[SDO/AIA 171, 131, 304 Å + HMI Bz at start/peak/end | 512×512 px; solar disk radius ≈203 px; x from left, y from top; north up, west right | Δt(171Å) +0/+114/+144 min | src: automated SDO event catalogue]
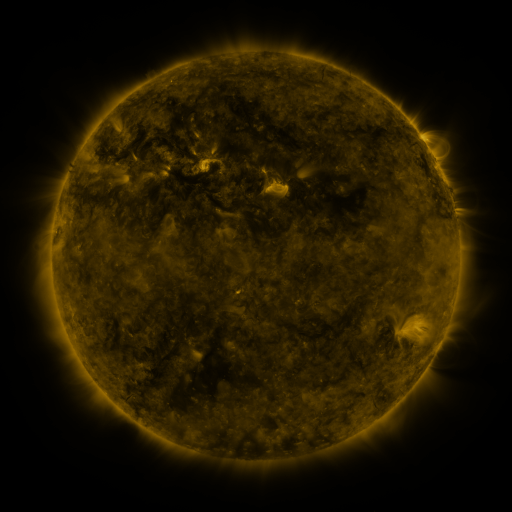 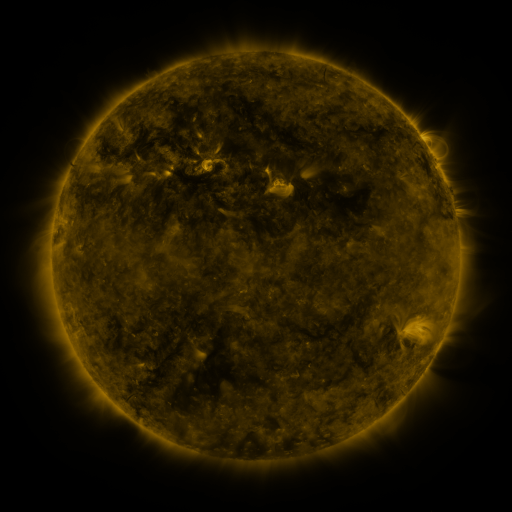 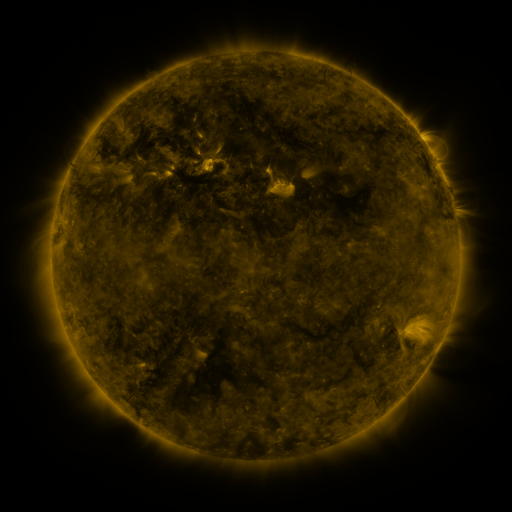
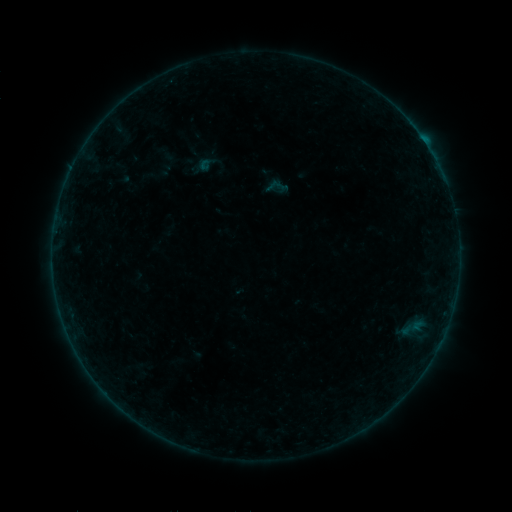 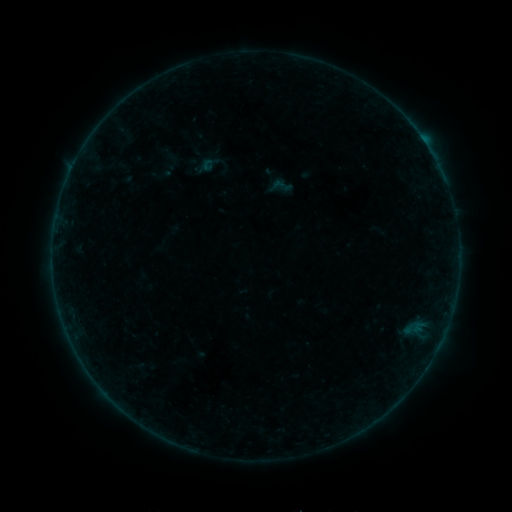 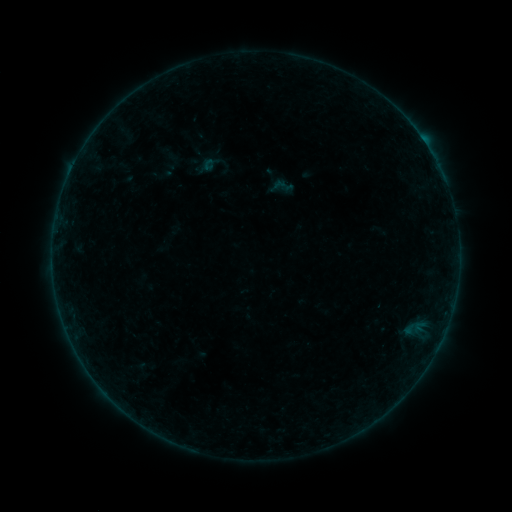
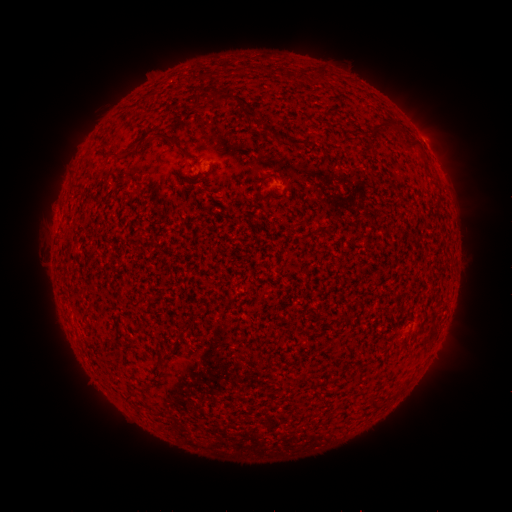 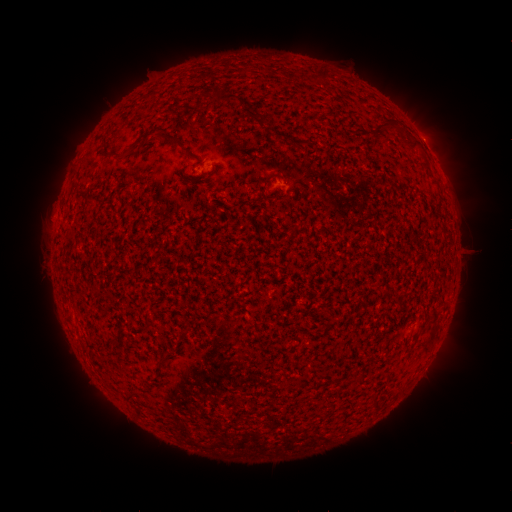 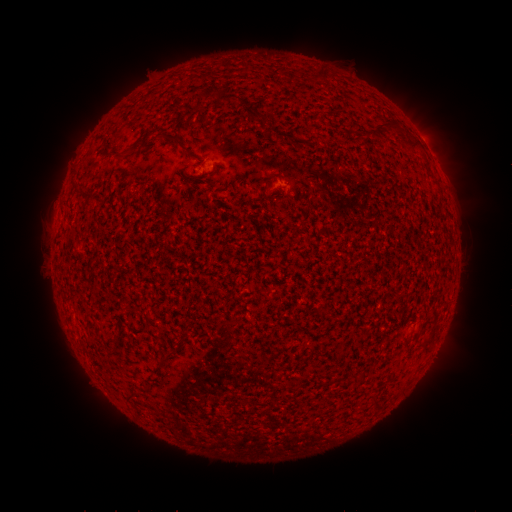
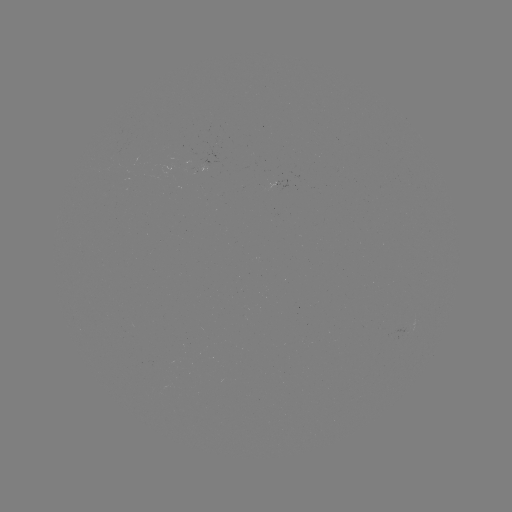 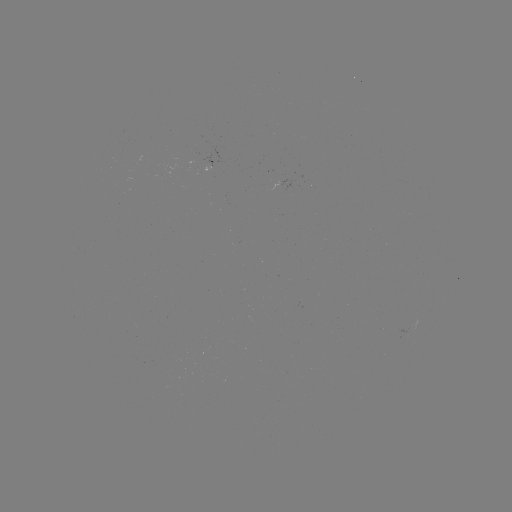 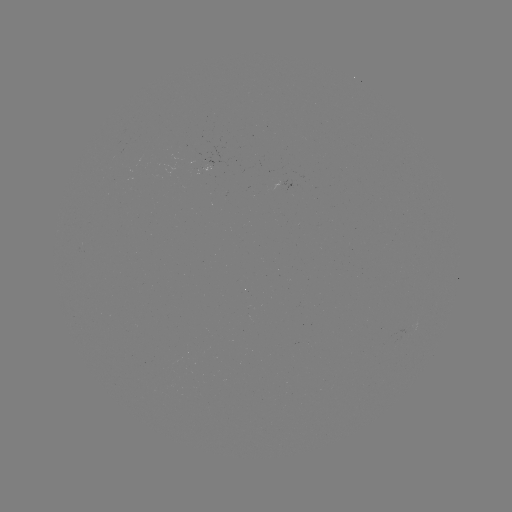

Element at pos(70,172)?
B2.8 flare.